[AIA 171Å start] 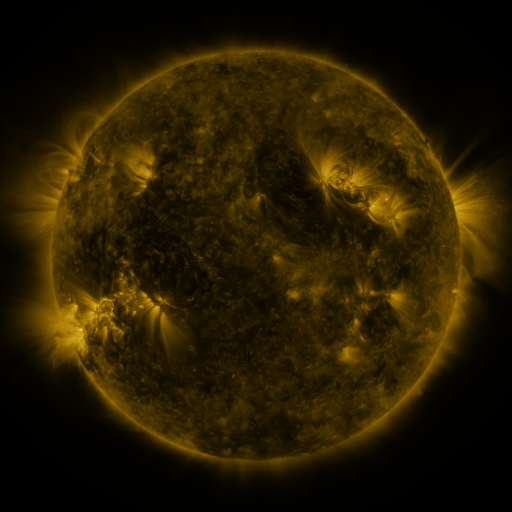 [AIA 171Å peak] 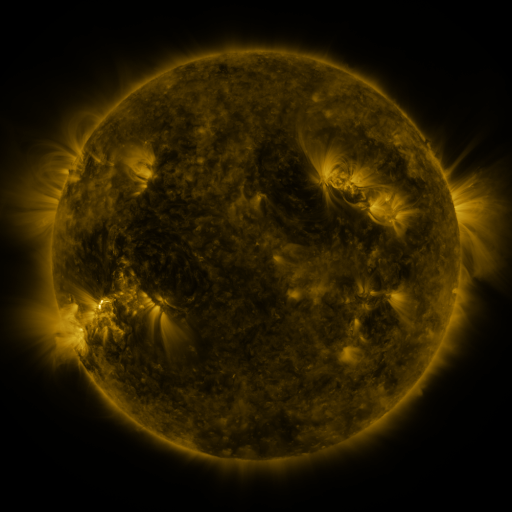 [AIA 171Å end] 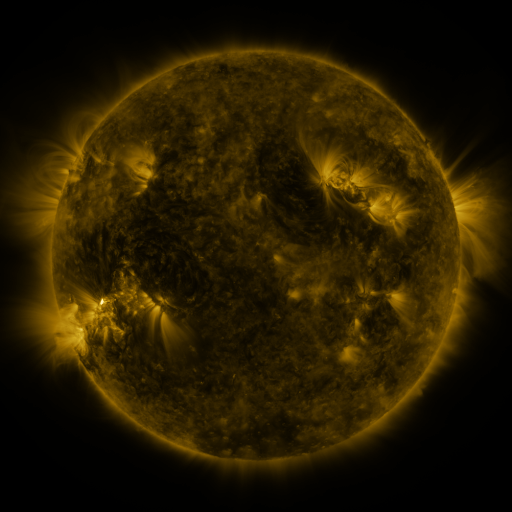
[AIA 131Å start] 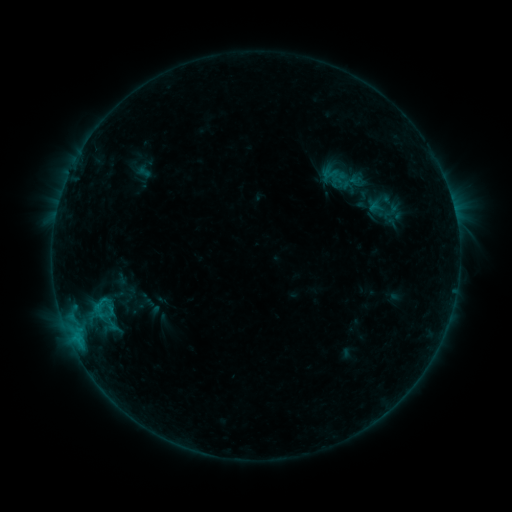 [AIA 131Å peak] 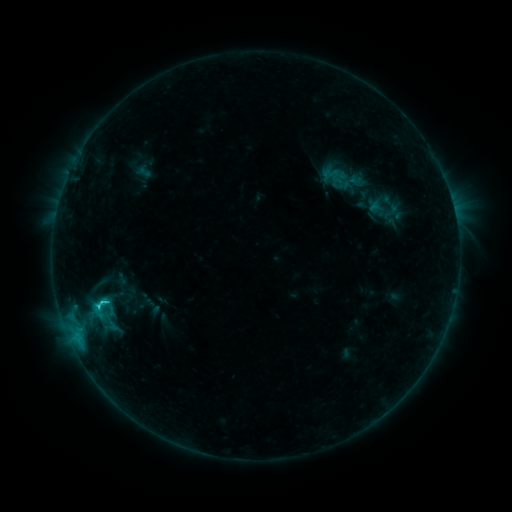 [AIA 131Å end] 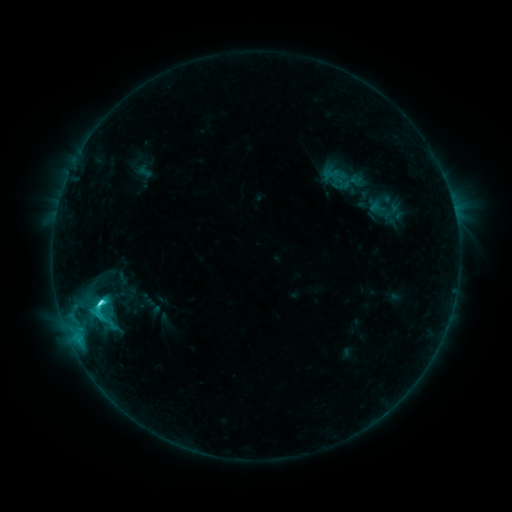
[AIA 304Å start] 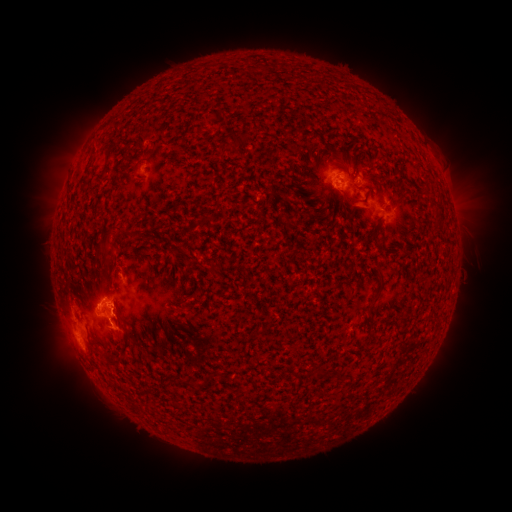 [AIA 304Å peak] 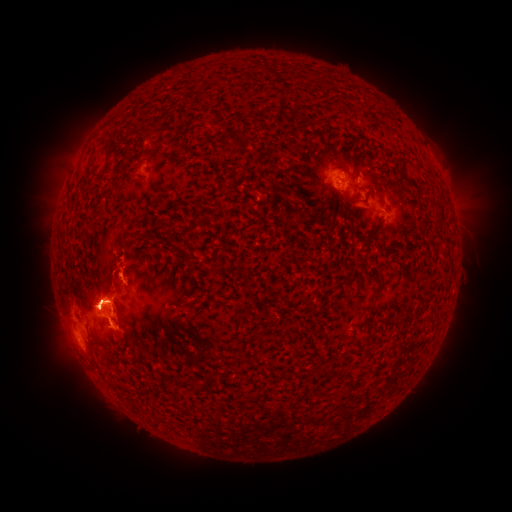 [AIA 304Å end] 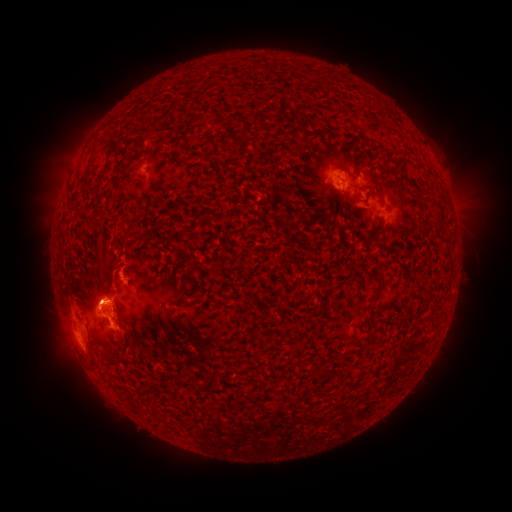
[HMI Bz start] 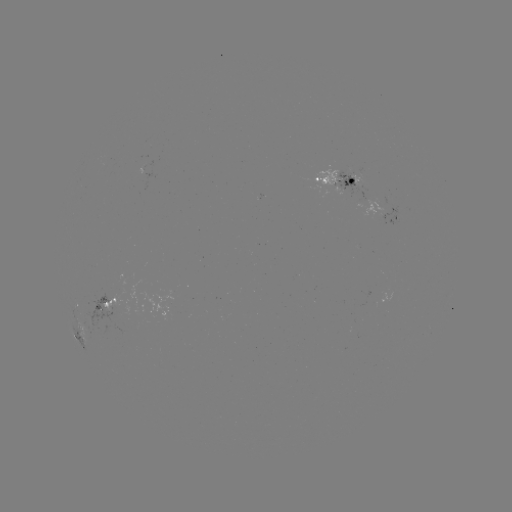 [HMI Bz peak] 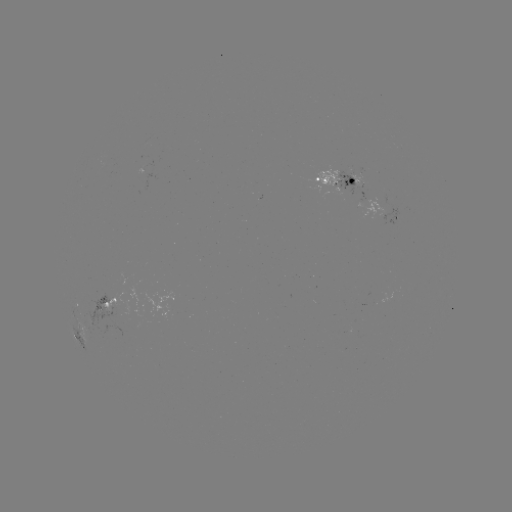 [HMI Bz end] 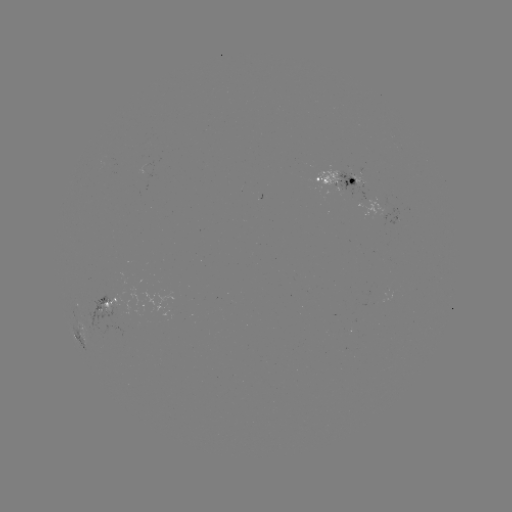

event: eruption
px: (102, 240)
